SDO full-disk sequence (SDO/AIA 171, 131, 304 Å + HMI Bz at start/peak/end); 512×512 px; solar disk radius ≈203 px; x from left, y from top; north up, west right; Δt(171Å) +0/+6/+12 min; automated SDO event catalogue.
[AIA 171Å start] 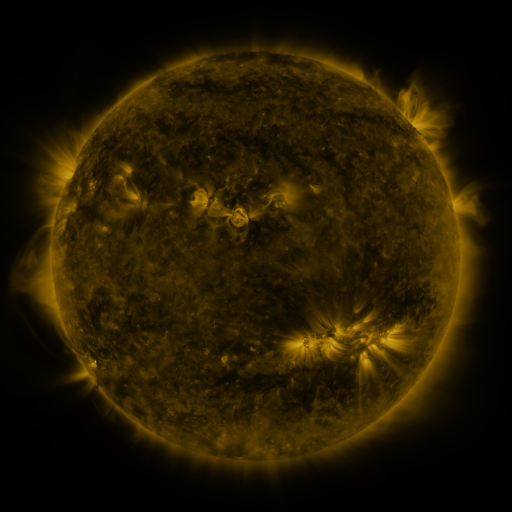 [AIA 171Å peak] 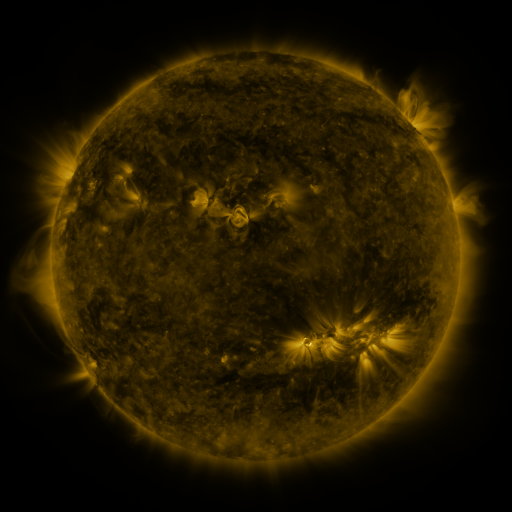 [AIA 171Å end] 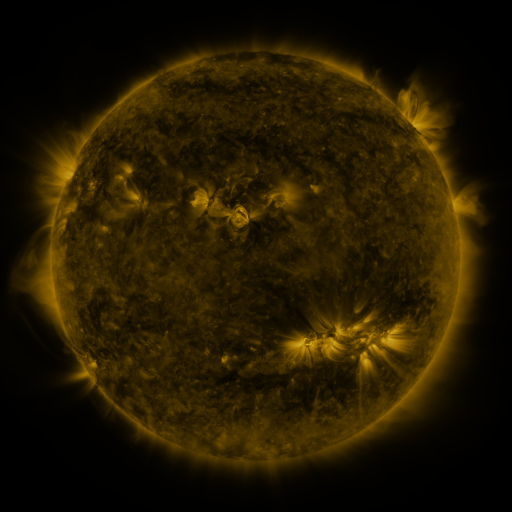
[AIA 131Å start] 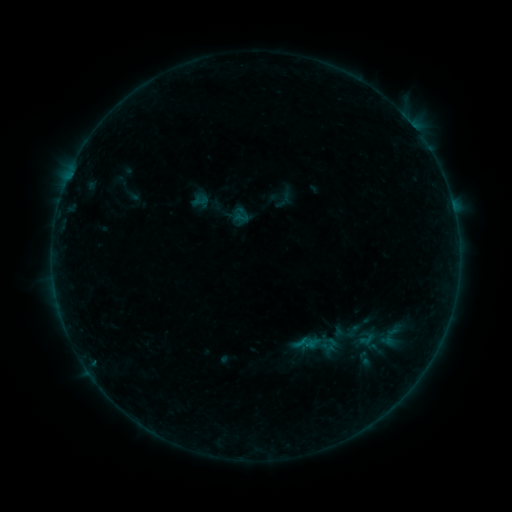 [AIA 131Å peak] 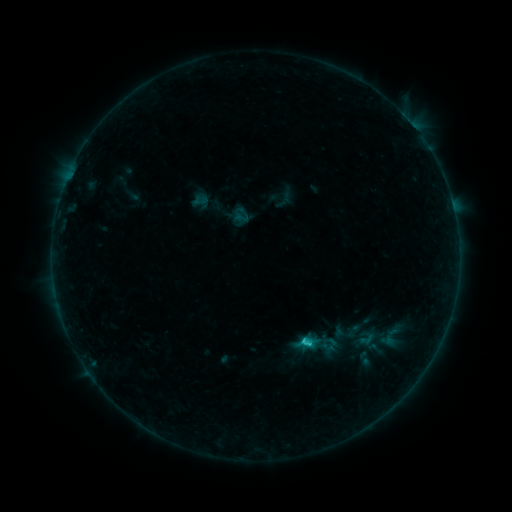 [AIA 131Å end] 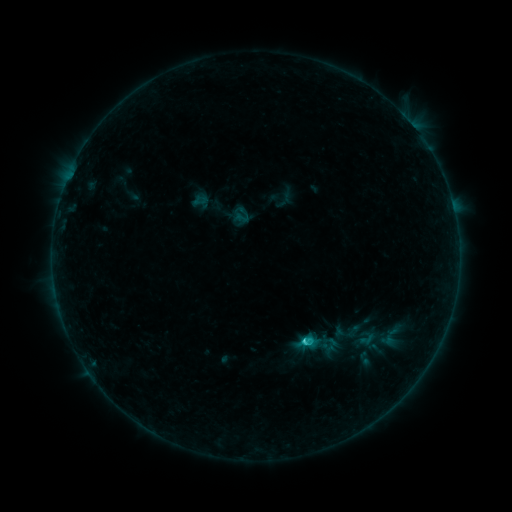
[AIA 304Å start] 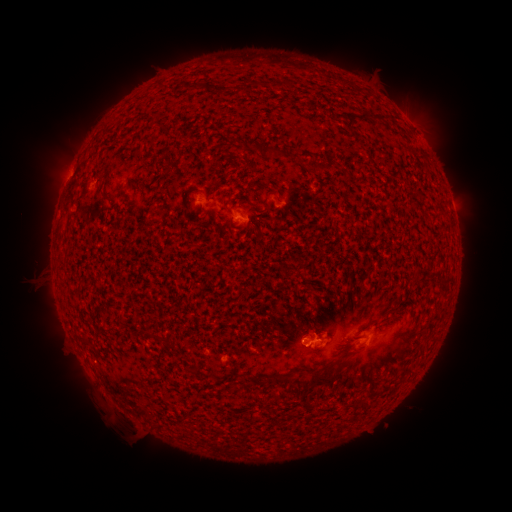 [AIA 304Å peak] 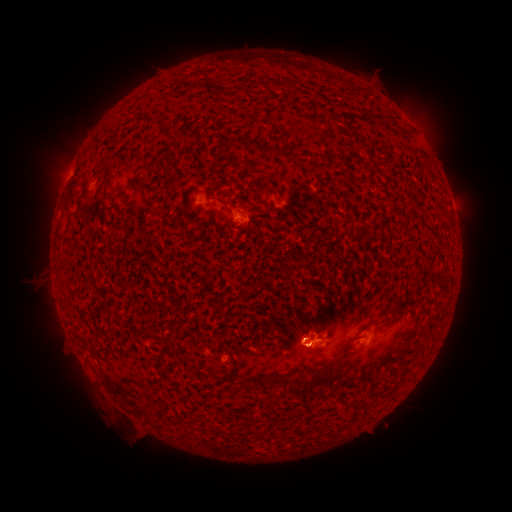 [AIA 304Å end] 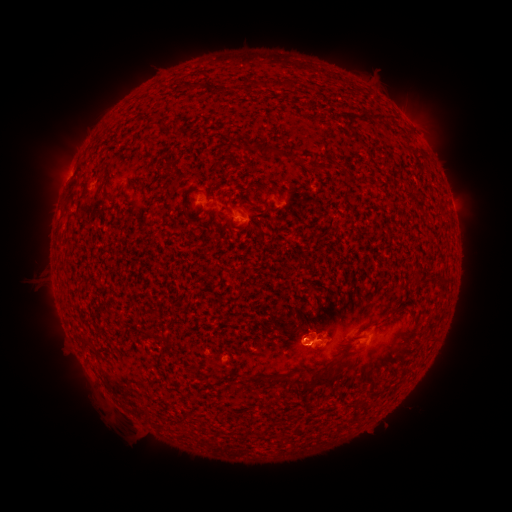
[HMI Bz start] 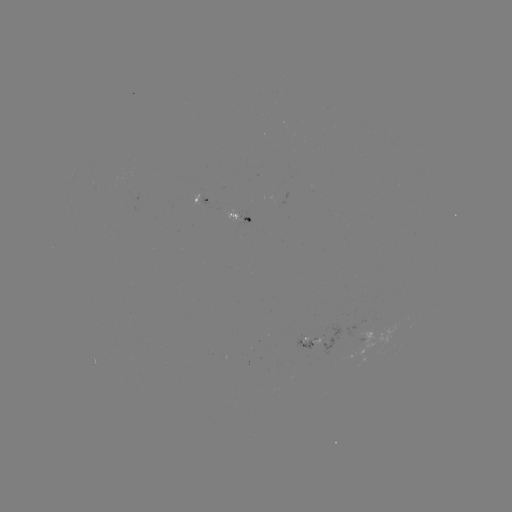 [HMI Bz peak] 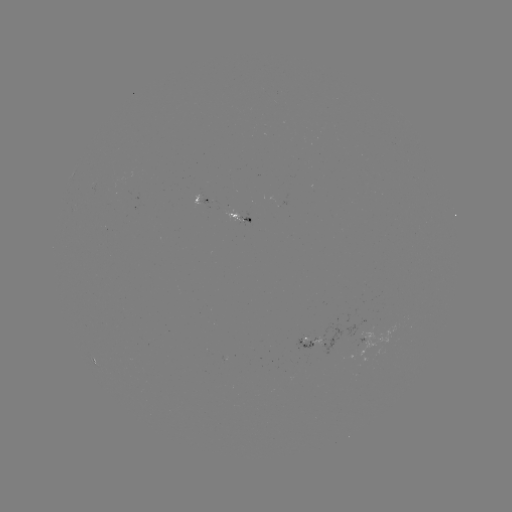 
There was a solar flare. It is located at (302, 338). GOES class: C1.3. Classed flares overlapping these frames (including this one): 1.